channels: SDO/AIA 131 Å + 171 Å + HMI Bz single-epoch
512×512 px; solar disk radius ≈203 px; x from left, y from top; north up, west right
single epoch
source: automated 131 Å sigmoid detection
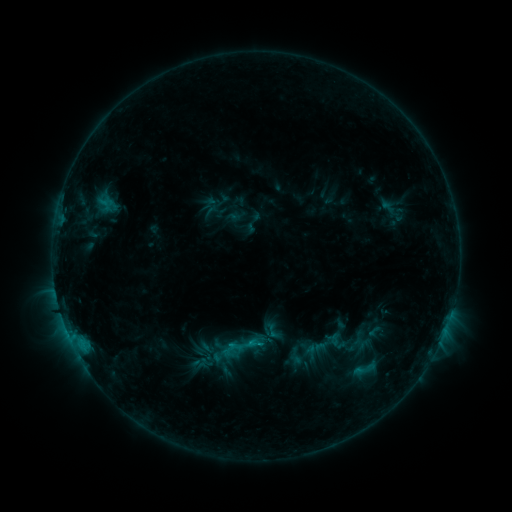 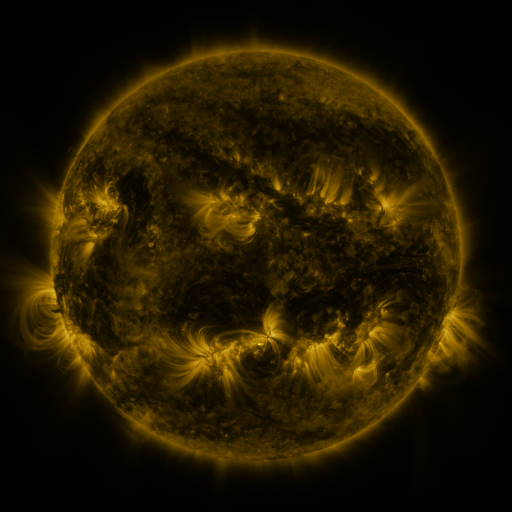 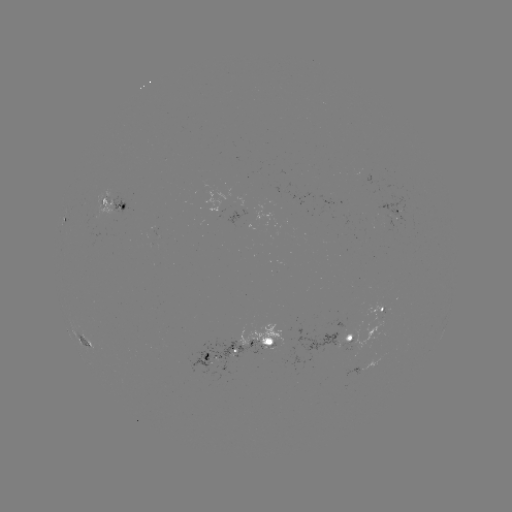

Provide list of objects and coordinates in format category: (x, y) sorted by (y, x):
sigmoid: (390, 209)
sigmoid: (241, 346)
sigmoid: (365, 369)
